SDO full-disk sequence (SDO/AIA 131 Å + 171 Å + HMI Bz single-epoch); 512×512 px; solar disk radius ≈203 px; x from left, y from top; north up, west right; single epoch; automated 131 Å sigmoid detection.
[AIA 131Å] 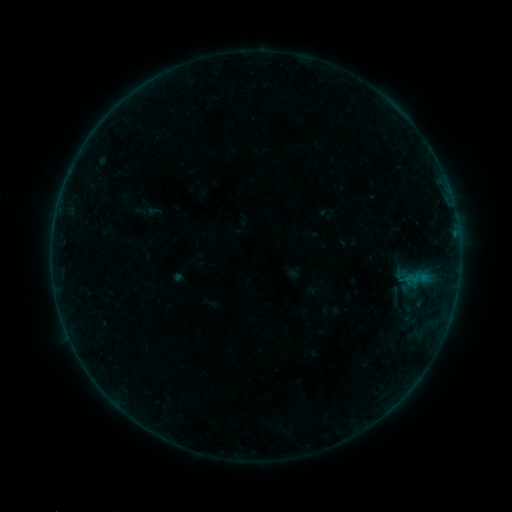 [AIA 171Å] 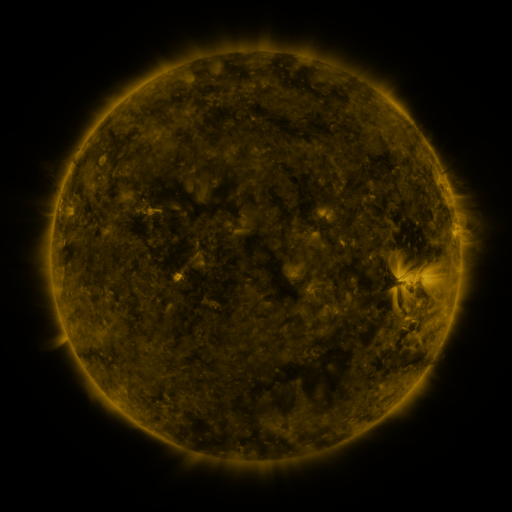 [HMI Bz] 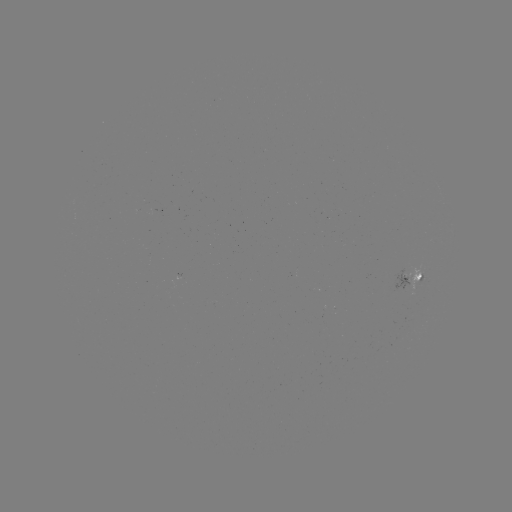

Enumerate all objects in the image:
sigmoid: (395, 295)
